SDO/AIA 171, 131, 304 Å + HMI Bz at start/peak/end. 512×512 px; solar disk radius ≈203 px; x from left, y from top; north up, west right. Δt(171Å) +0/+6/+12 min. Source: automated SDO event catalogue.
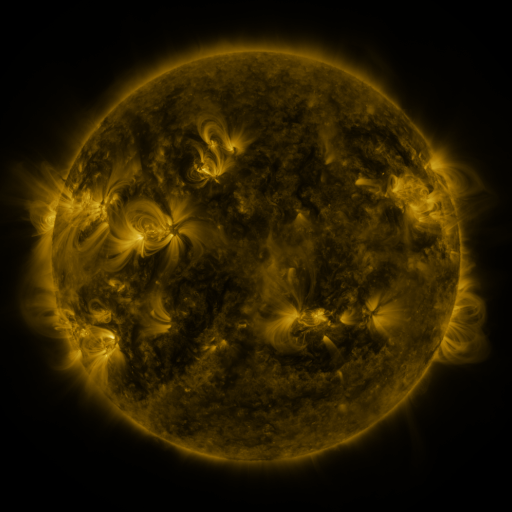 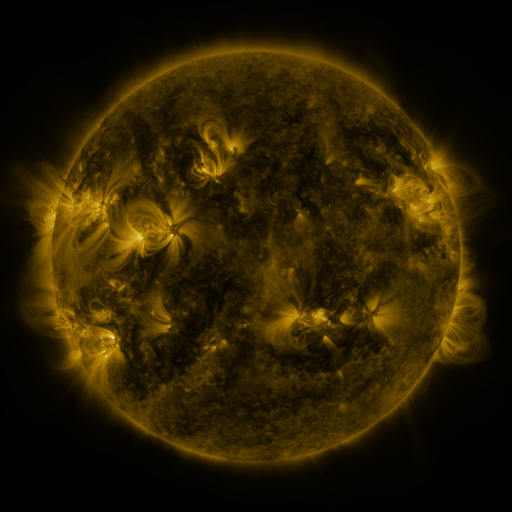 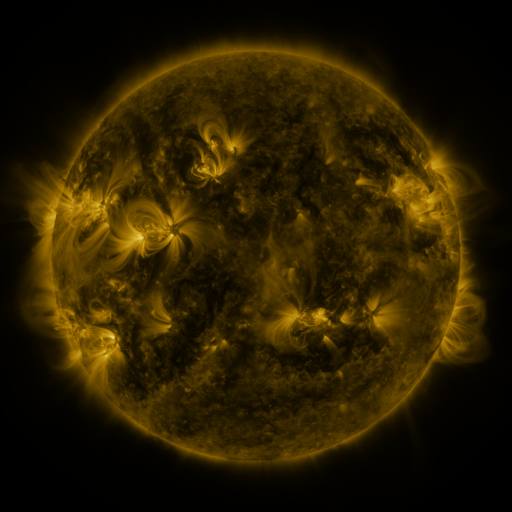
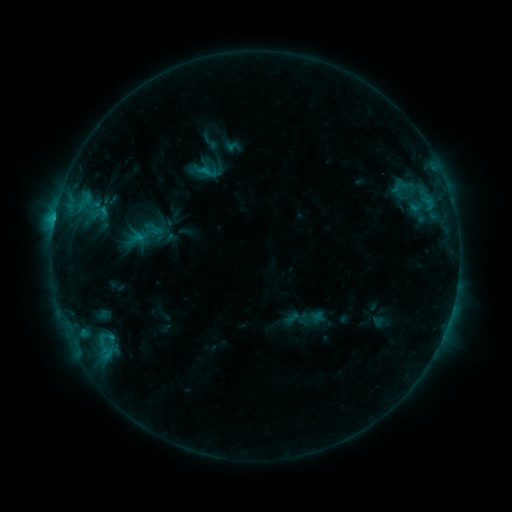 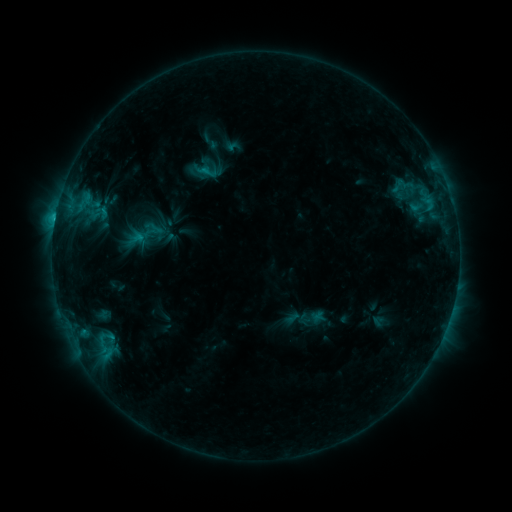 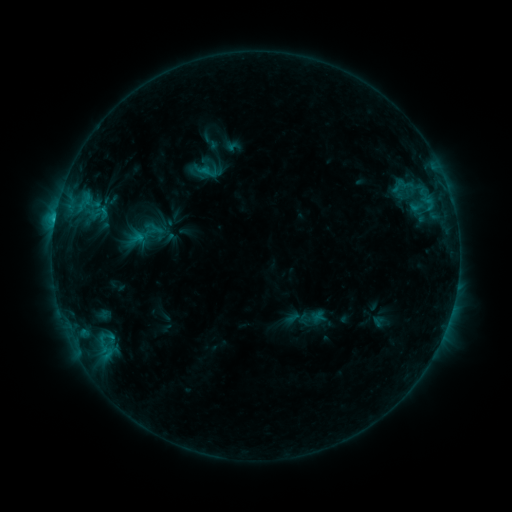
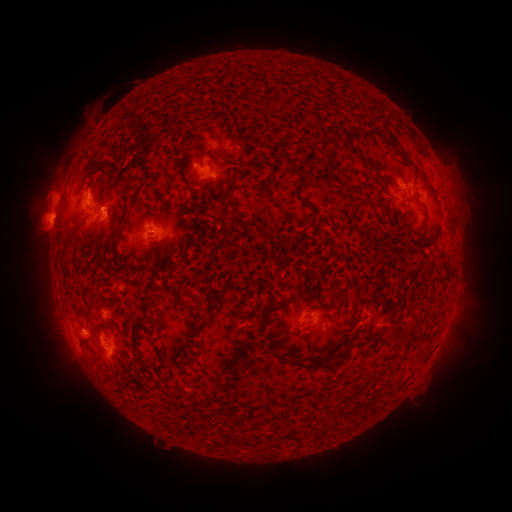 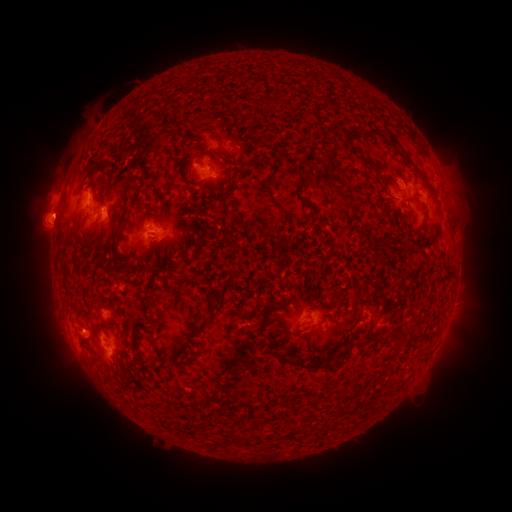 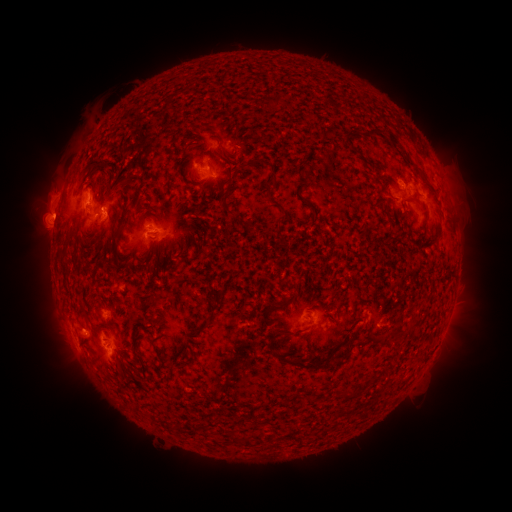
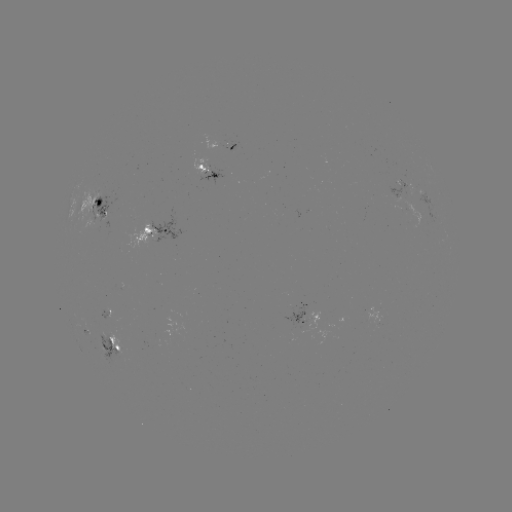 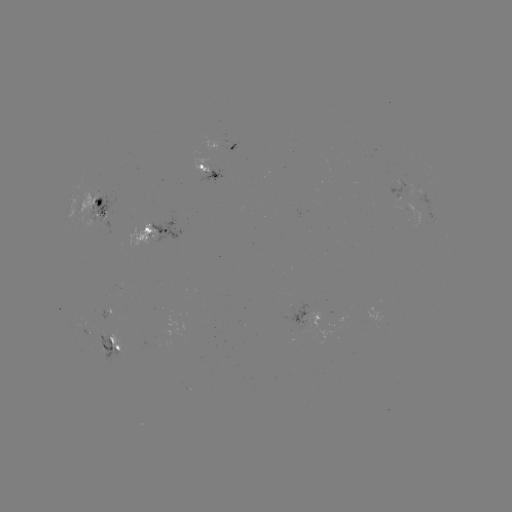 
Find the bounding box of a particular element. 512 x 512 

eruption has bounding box [28, 191, 79, 238].